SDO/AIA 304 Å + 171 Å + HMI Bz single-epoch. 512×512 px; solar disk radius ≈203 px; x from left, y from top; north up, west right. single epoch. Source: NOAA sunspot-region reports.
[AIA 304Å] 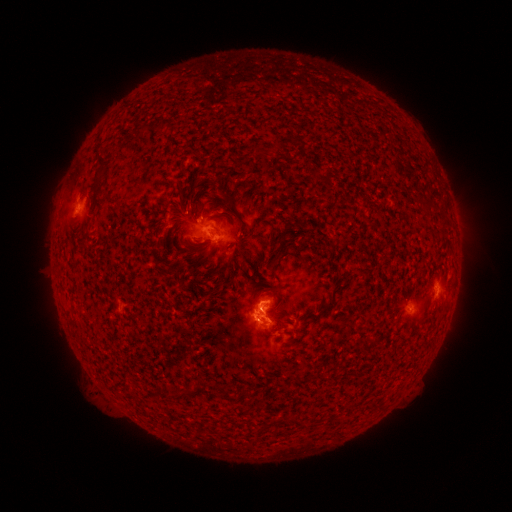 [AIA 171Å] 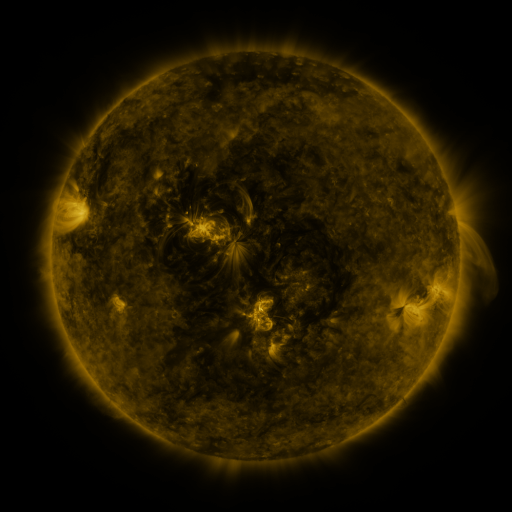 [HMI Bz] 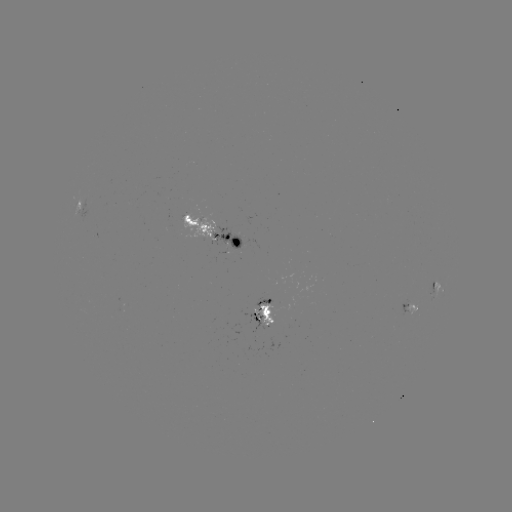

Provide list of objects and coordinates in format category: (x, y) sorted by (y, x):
spotted active region: (82, 200)
spotted active region: (214, 231)
spotted active region: (436, 292)
spotted active region: (411, 310)
spotted active region: (263, 316)
